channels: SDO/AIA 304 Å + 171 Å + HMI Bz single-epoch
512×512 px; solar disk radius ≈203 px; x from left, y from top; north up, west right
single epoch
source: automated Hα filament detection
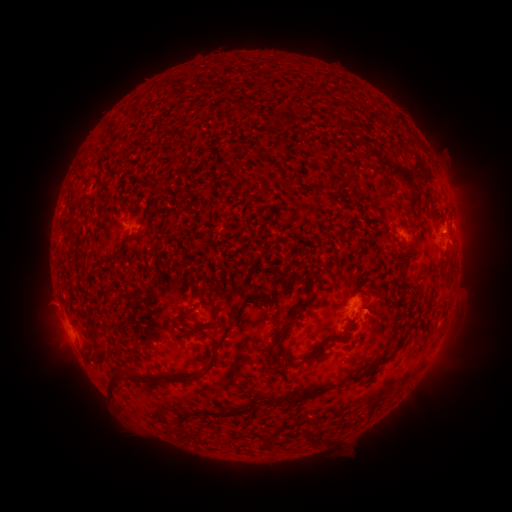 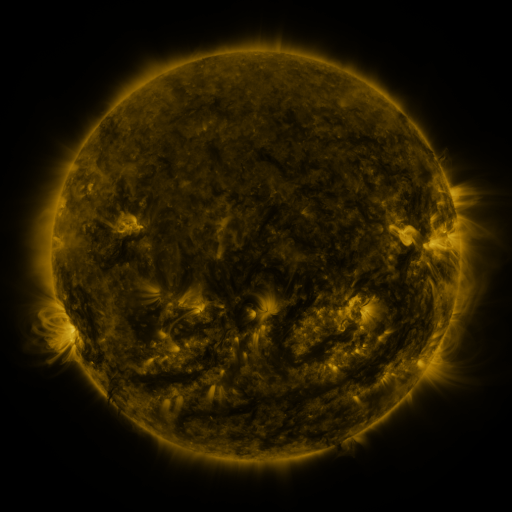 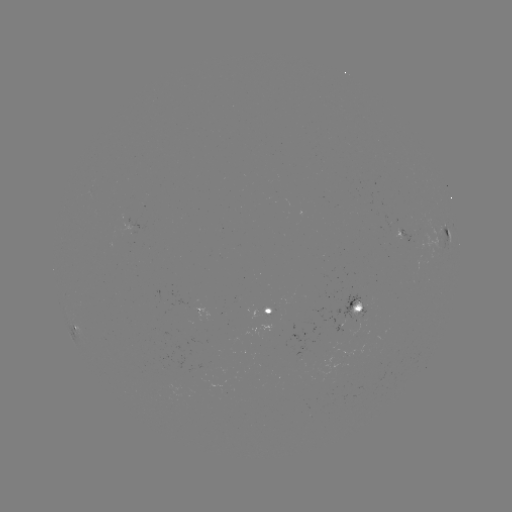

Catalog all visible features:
filament: (280, 117)
filament: (381, 158)
filament: (404, 175)
filament: (316, 186)
filament: (114, 254)
filament: (407, 261)
filament: (406, 286)
filament: (201, 300)
filament: (301, 304)
filament: (232, 311)
filament: (201, 327)
filament: (413, 328)
filament: (335, 339)
filament: (271, 344)
filament: (210, 362)
filament: (368, 369)
filament: (113, 376)
filament: (293, 397)
